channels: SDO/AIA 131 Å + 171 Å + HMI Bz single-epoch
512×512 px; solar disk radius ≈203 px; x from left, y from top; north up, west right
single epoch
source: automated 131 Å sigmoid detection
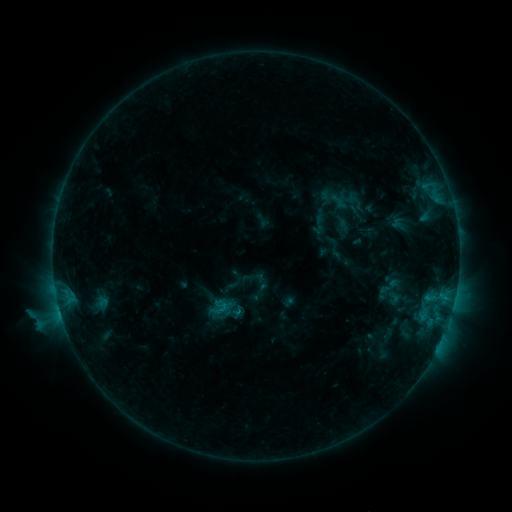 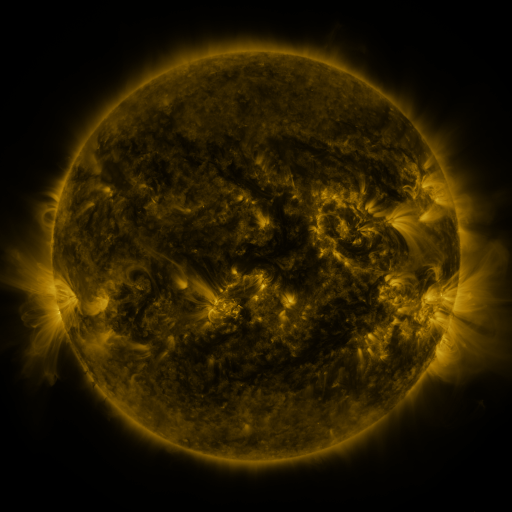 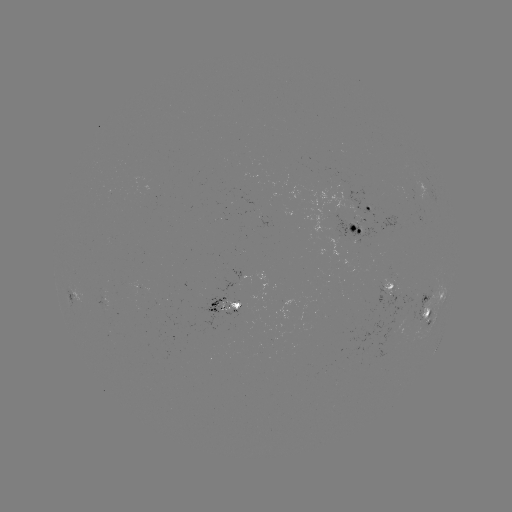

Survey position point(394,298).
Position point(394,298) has sigmoid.